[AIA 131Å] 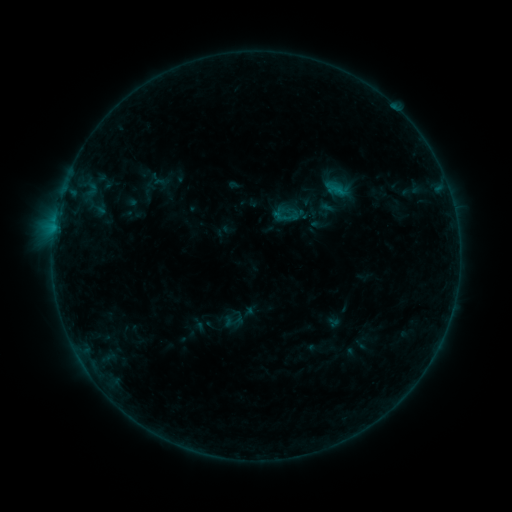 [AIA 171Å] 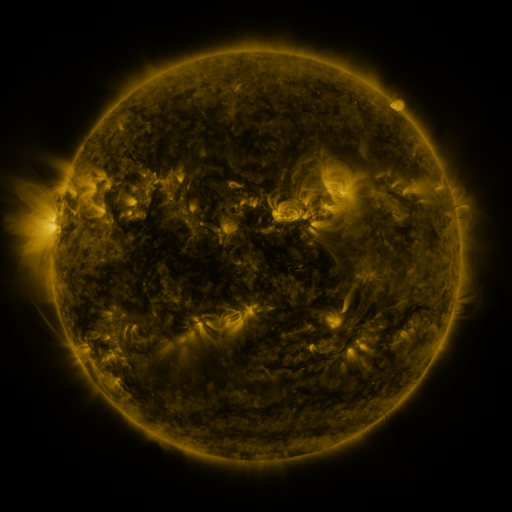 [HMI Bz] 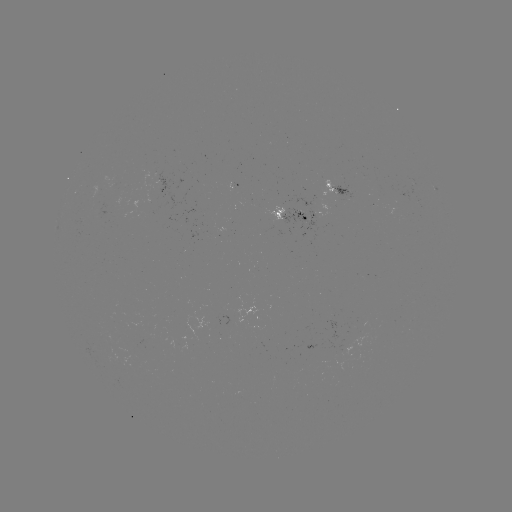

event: sigmoid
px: (287, 217)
